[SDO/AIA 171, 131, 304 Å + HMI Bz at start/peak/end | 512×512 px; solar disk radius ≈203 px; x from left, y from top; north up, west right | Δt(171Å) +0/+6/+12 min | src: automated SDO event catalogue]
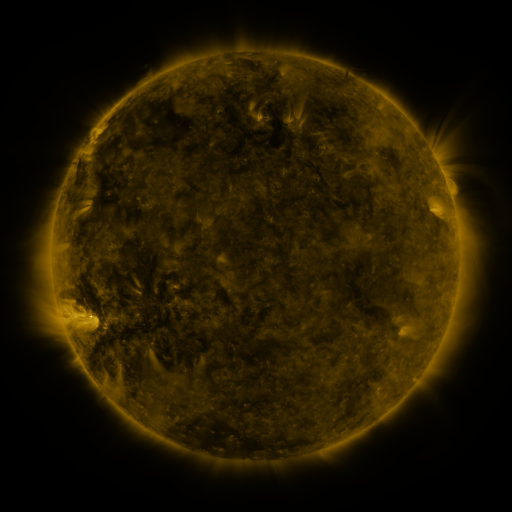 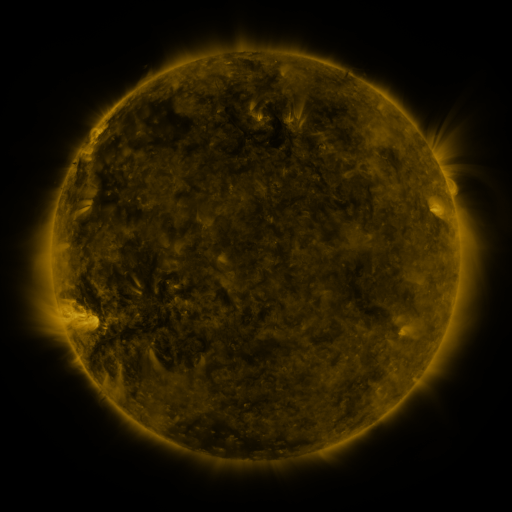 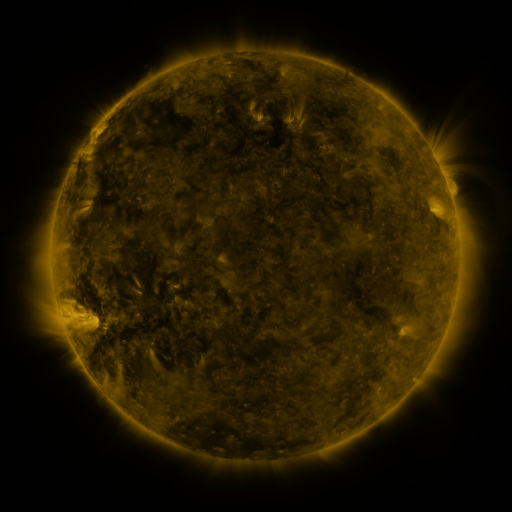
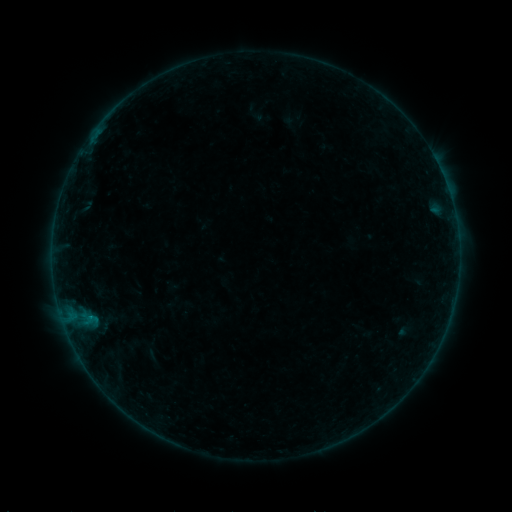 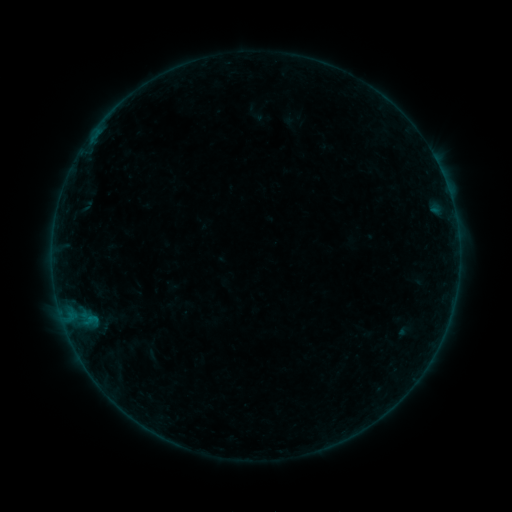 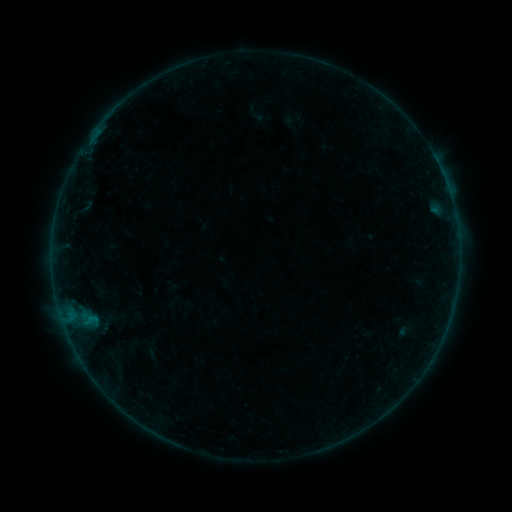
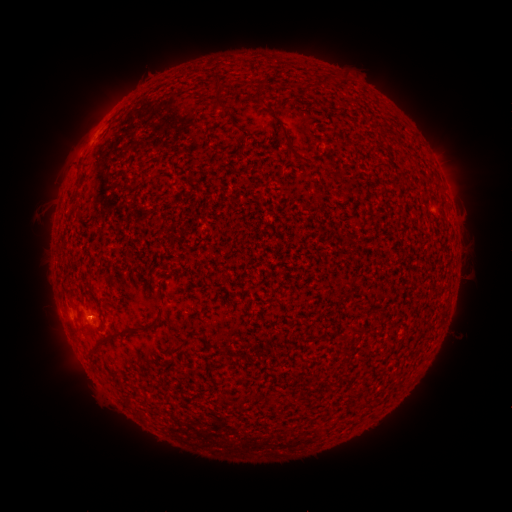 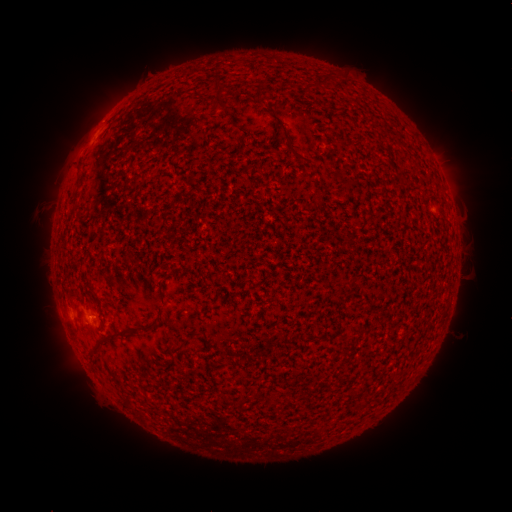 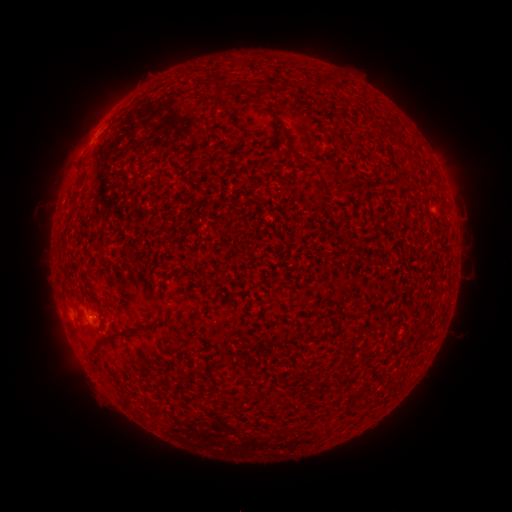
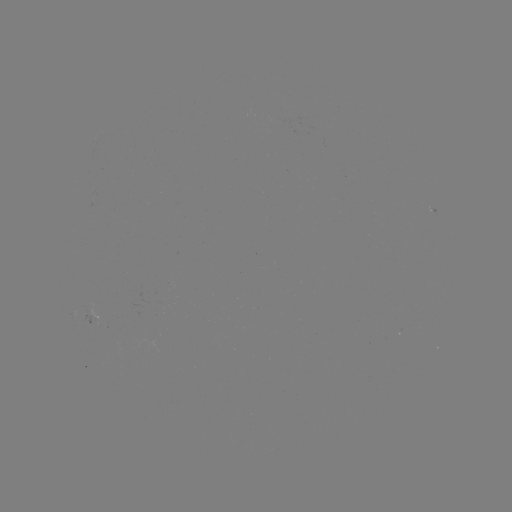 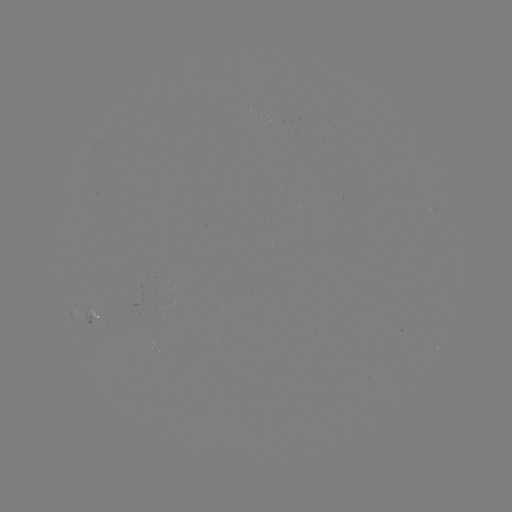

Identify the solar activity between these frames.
B1.4 flare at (94, 137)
